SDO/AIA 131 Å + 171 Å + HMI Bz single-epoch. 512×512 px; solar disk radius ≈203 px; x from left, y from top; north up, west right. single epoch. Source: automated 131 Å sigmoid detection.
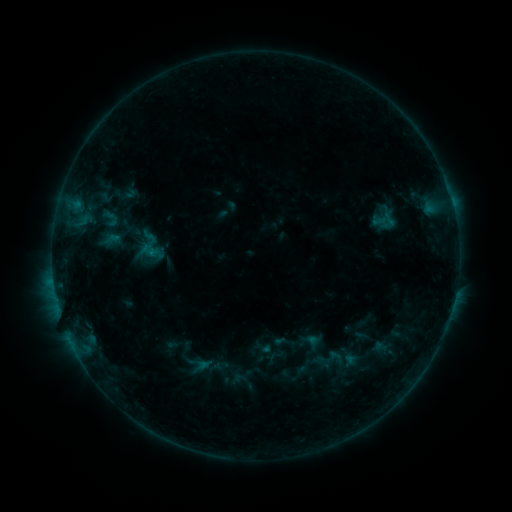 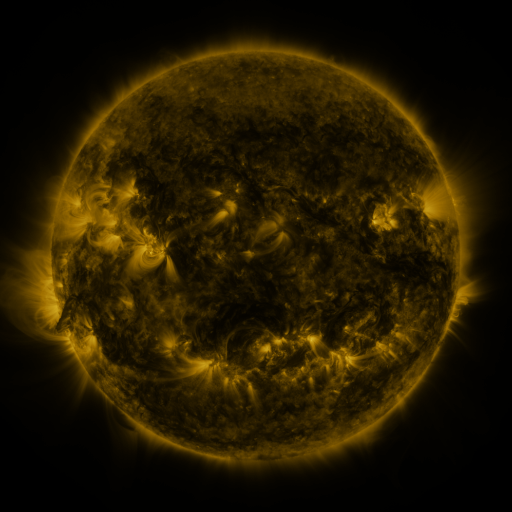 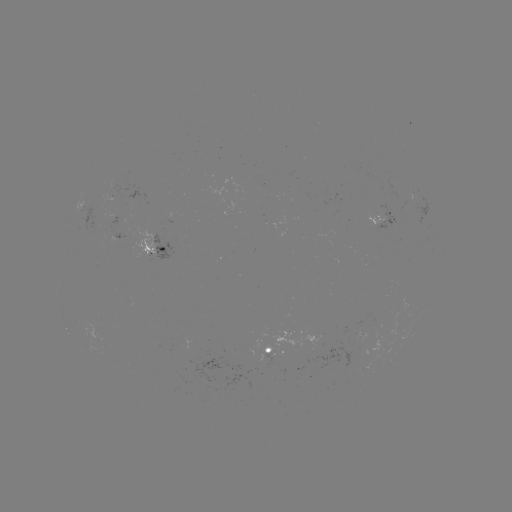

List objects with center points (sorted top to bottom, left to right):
sigmoid: (110, 219)
